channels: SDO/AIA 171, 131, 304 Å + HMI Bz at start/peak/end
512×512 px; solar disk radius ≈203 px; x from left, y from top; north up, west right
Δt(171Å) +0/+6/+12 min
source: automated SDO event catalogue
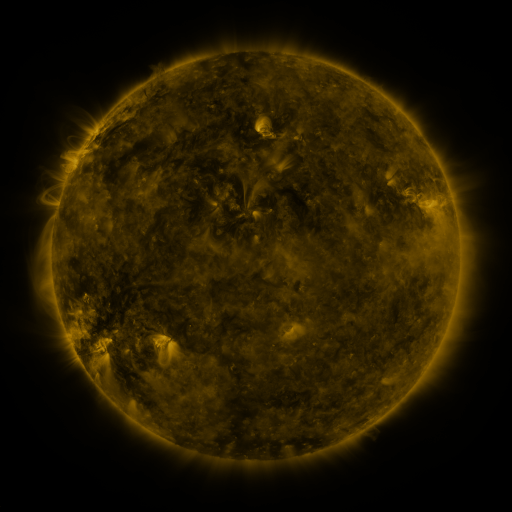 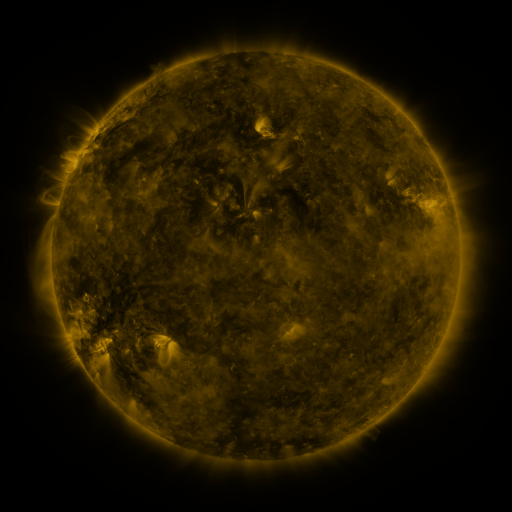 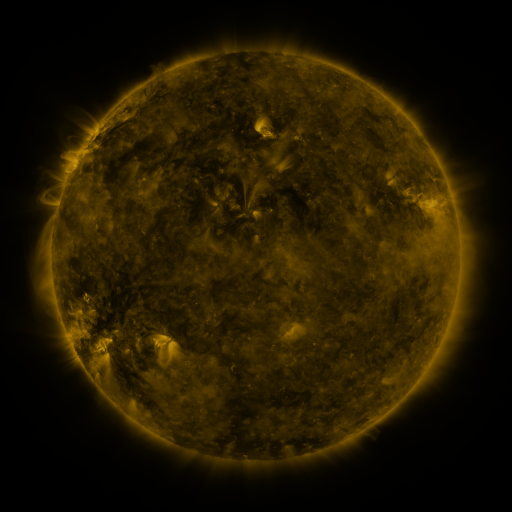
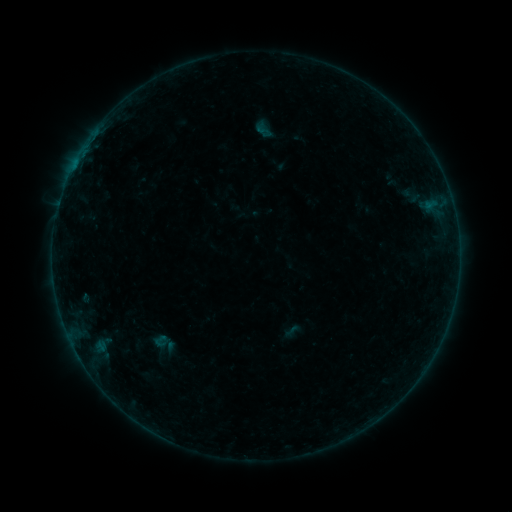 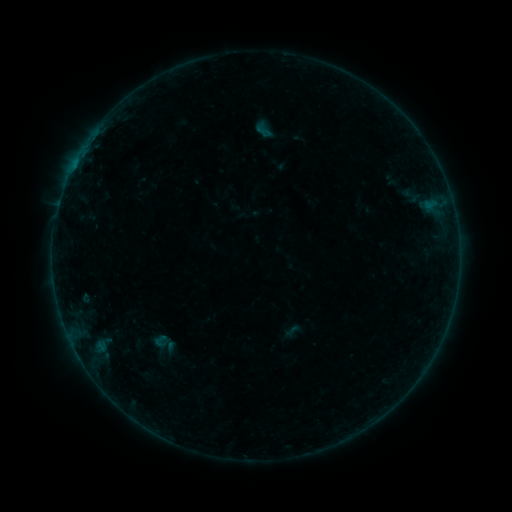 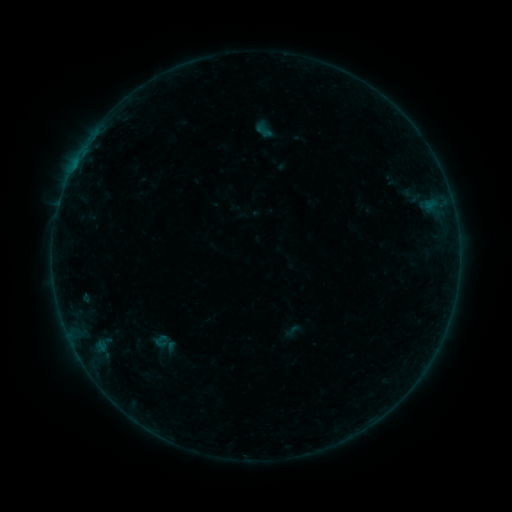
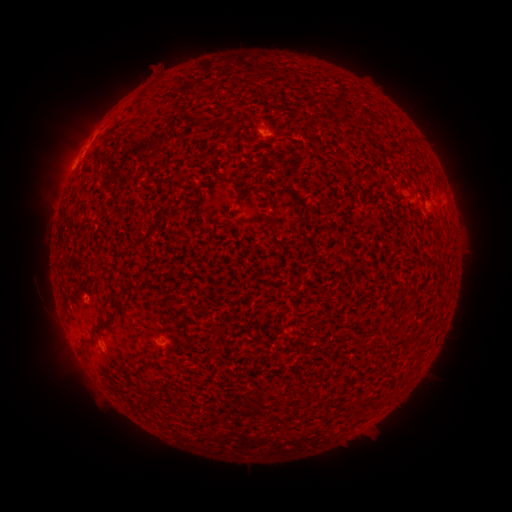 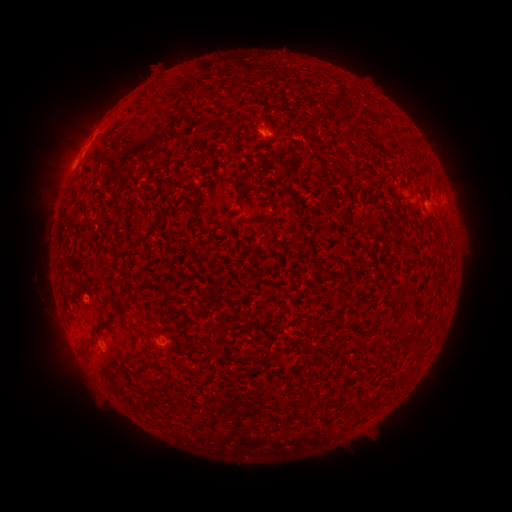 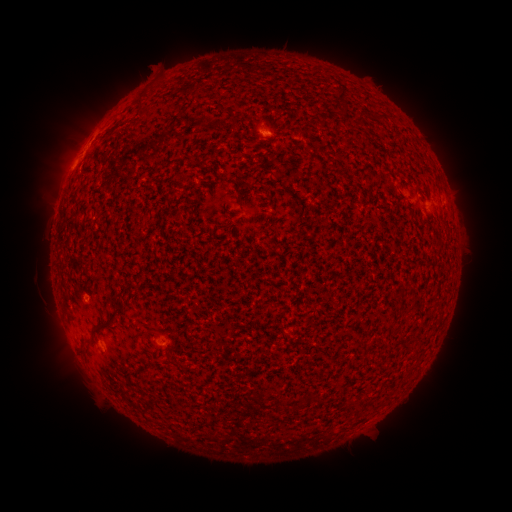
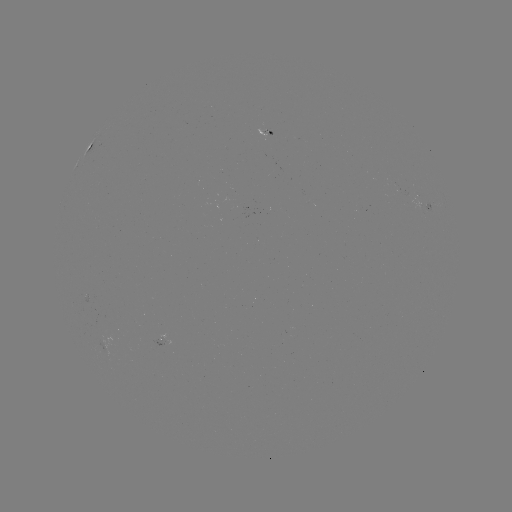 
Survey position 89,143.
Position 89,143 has B1.5 flare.